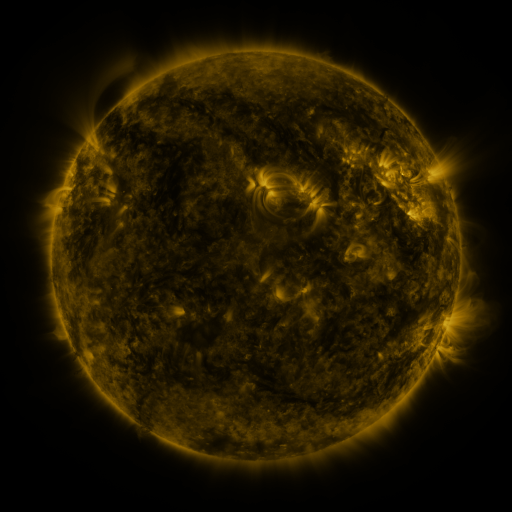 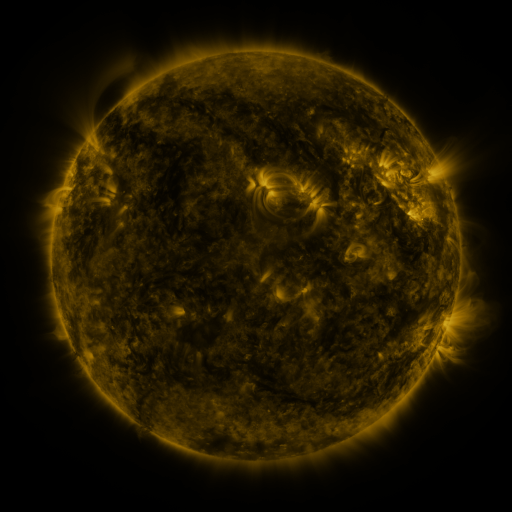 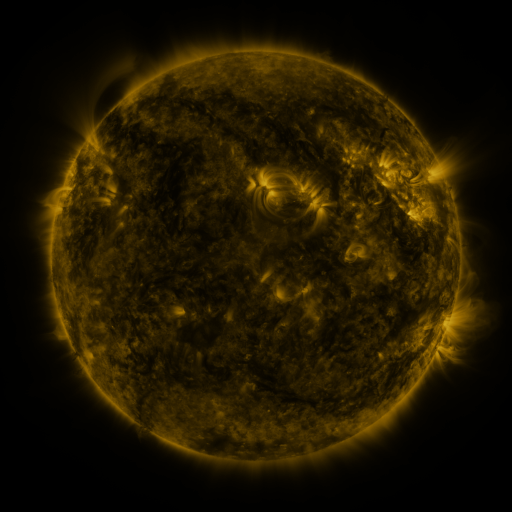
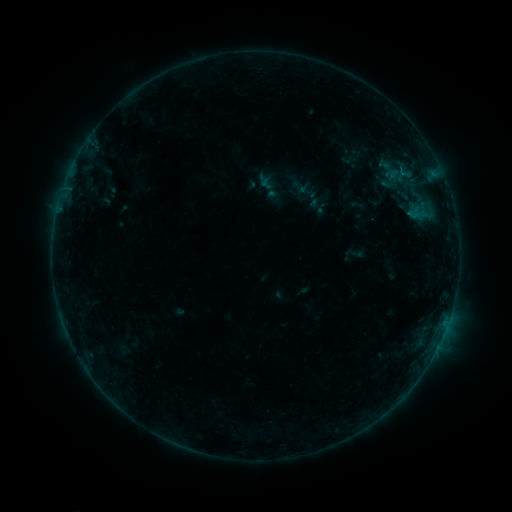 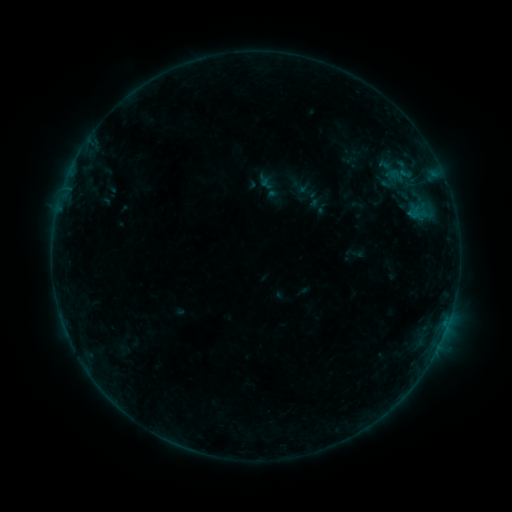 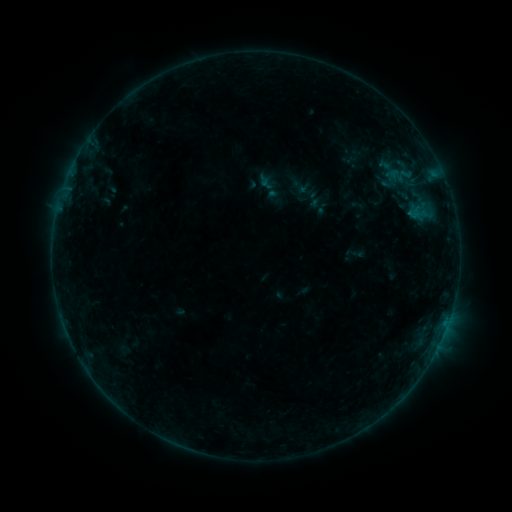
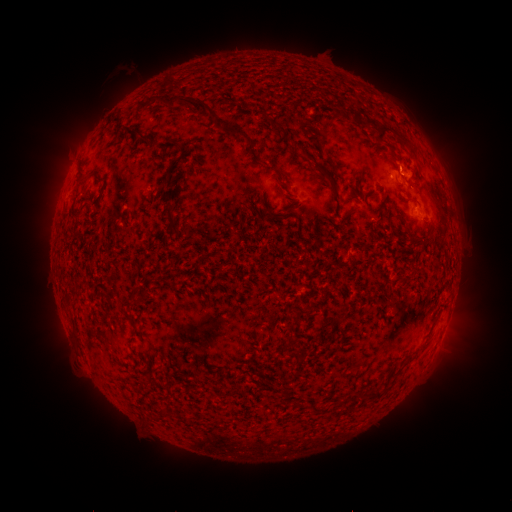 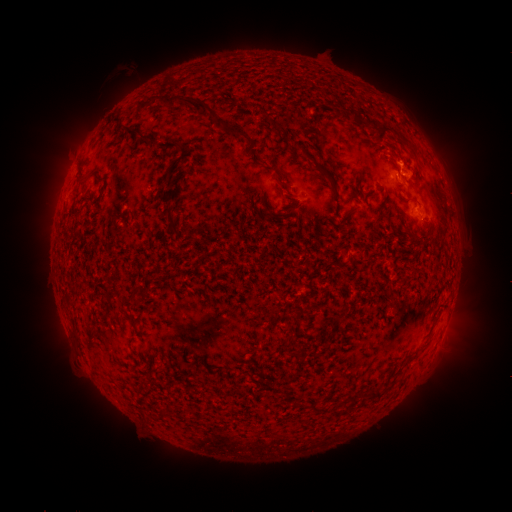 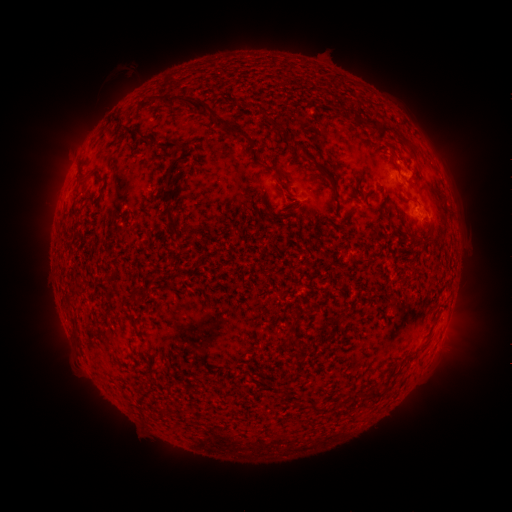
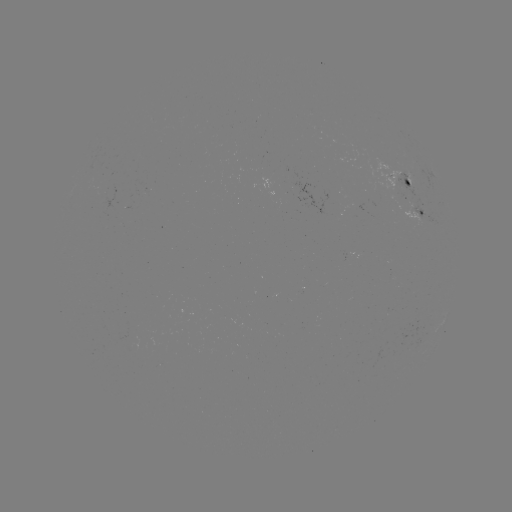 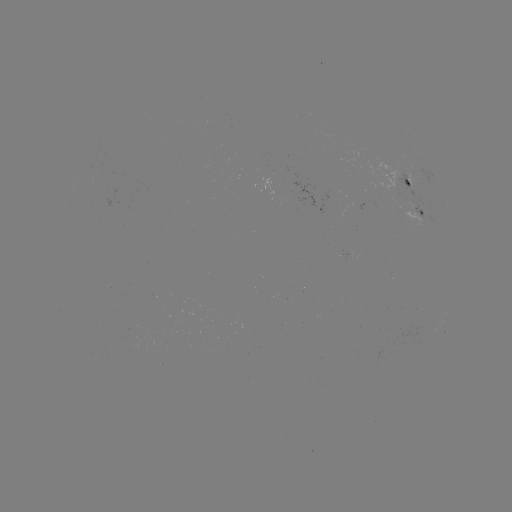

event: eruption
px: (405, 155)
